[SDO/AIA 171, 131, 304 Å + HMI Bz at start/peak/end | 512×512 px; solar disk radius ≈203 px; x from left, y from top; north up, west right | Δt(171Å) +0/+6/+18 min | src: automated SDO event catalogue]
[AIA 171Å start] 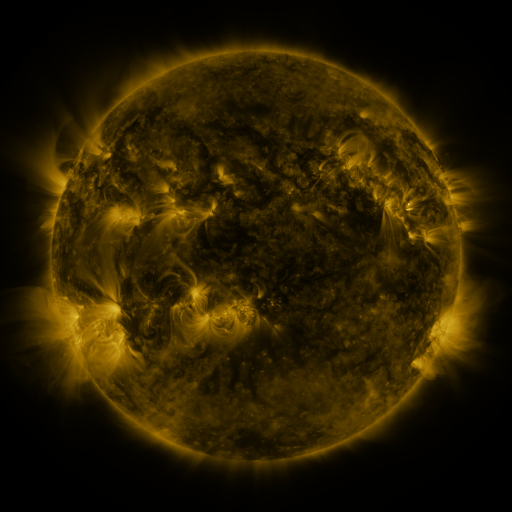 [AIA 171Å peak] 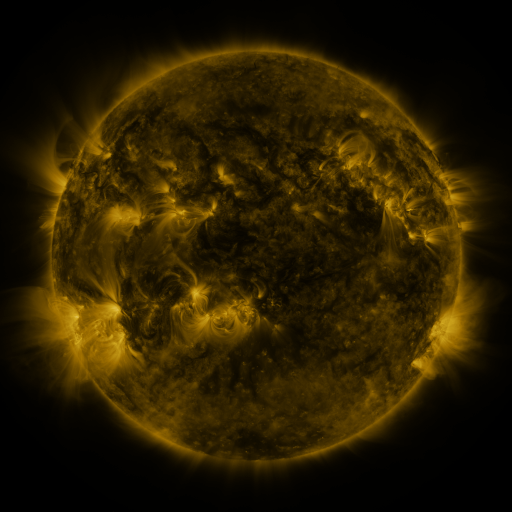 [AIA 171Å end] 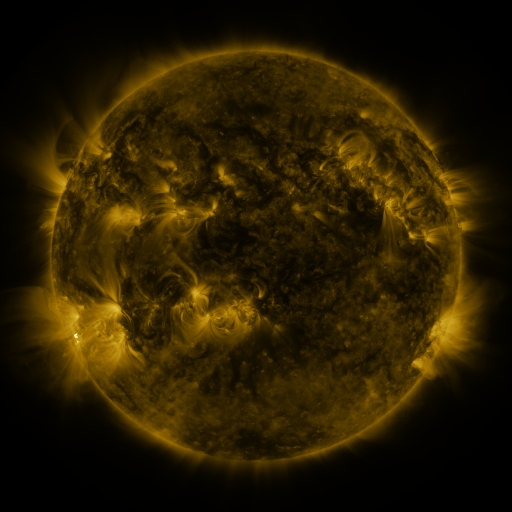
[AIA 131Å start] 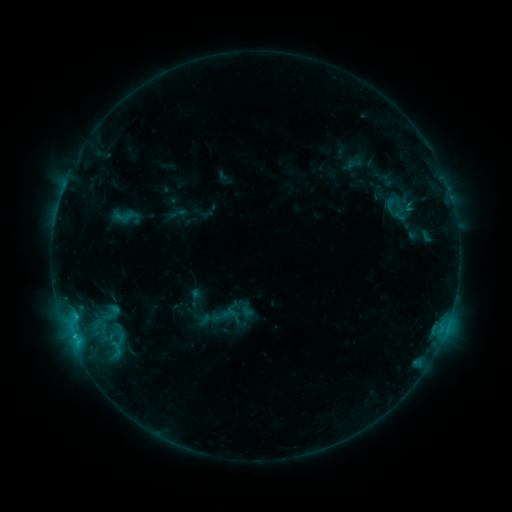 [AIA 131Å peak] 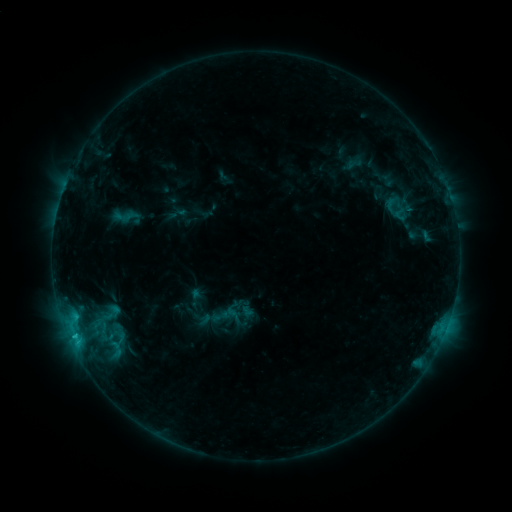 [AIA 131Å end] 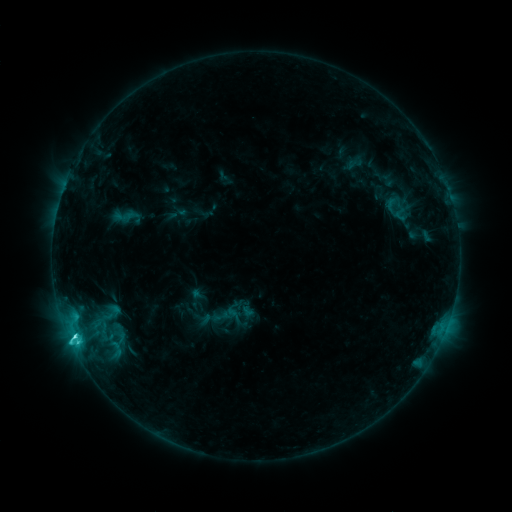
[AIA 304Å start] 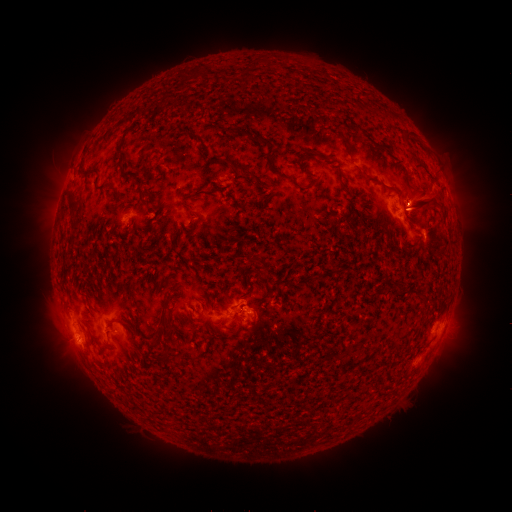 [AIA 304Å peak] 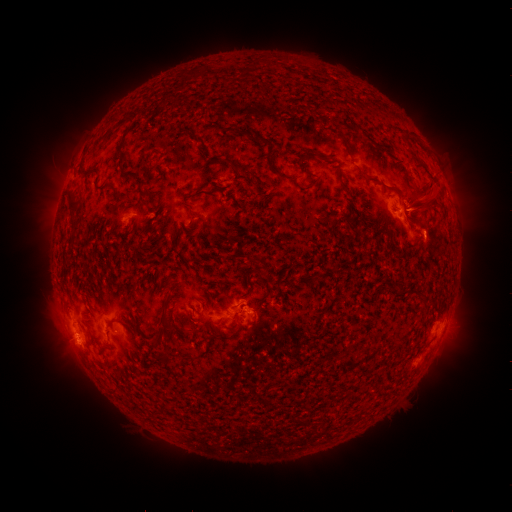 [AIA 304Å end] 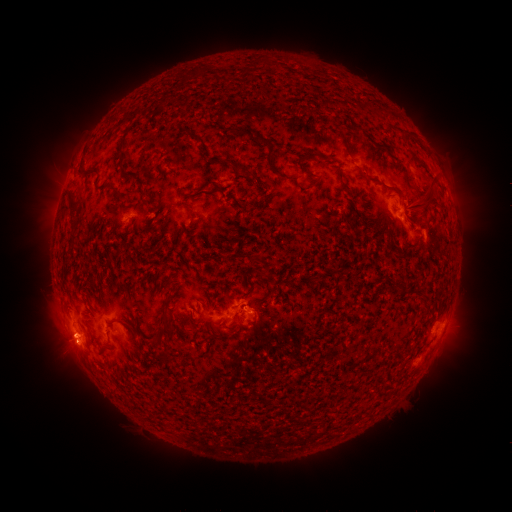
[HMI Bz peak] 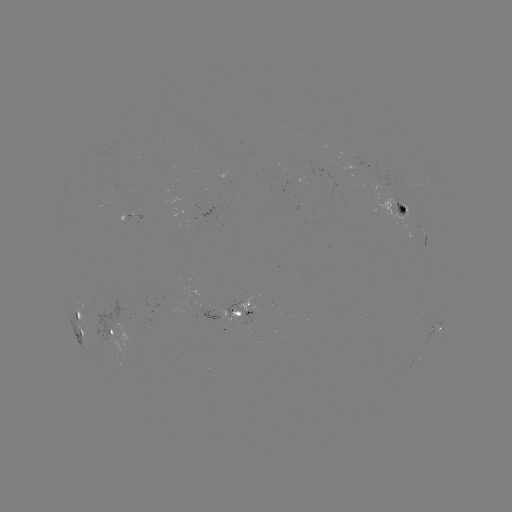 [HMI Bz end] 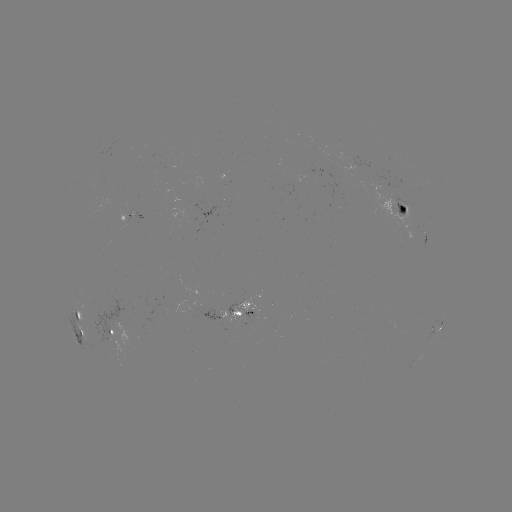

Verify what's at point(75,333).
C7.3 flare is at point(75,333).